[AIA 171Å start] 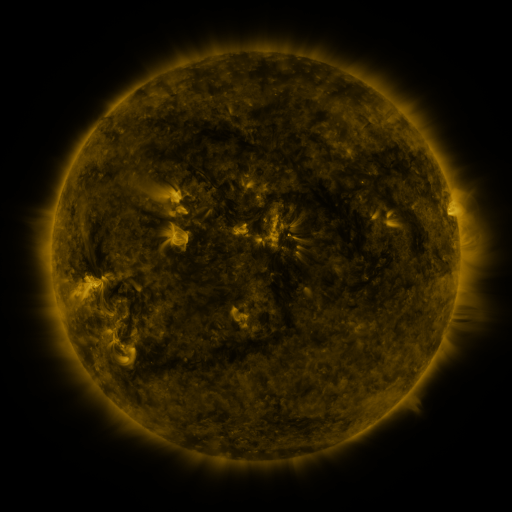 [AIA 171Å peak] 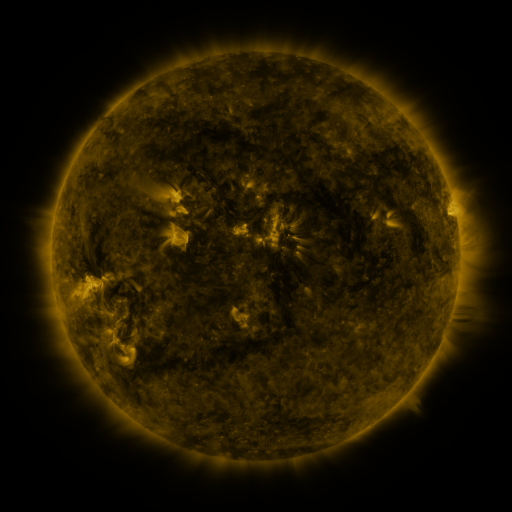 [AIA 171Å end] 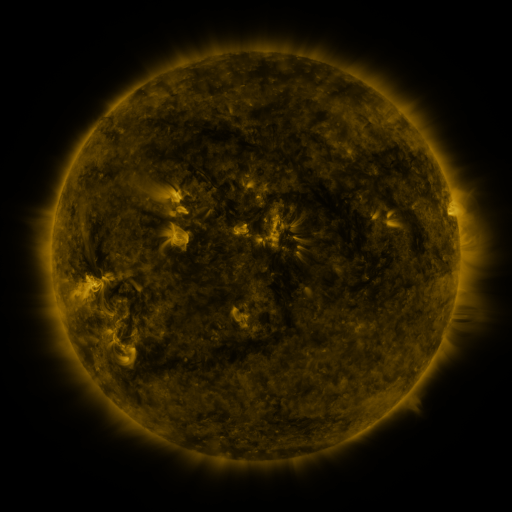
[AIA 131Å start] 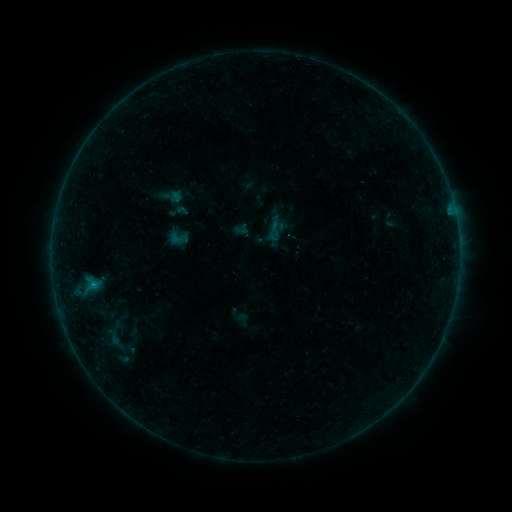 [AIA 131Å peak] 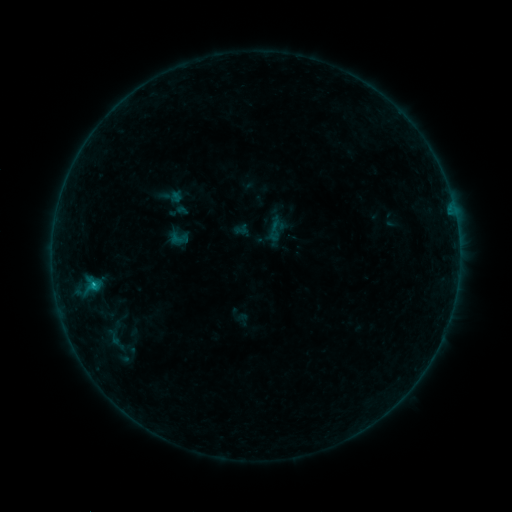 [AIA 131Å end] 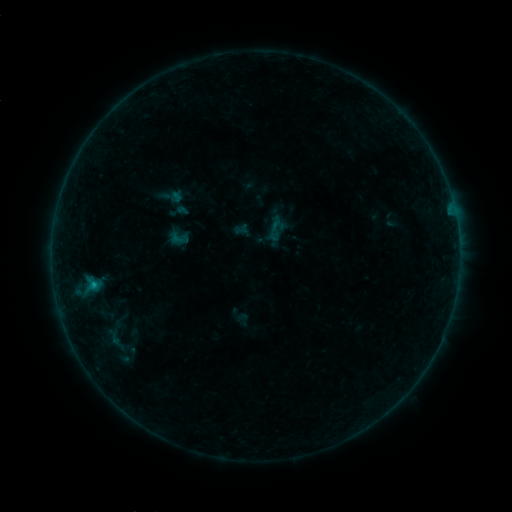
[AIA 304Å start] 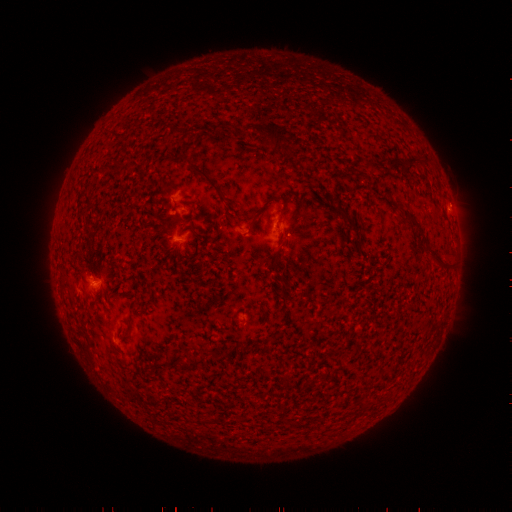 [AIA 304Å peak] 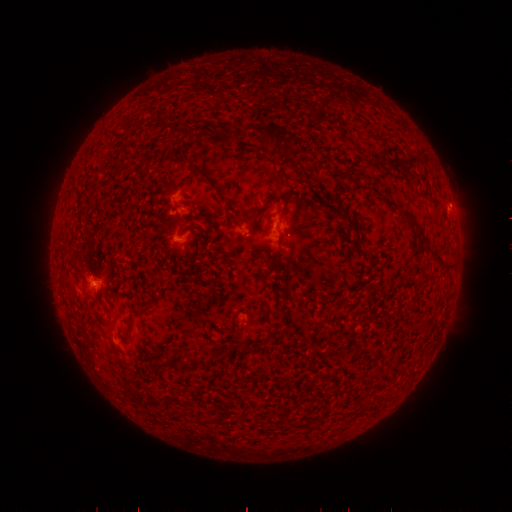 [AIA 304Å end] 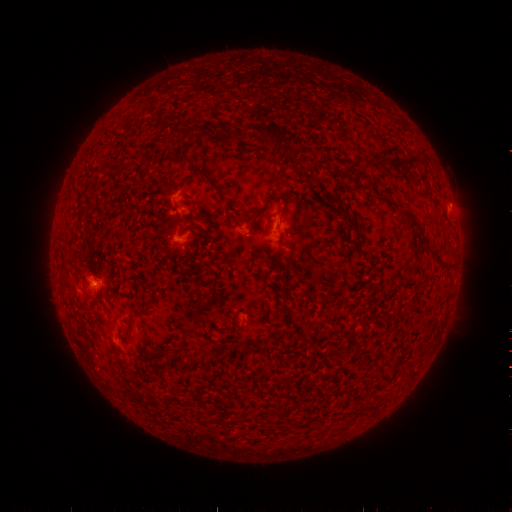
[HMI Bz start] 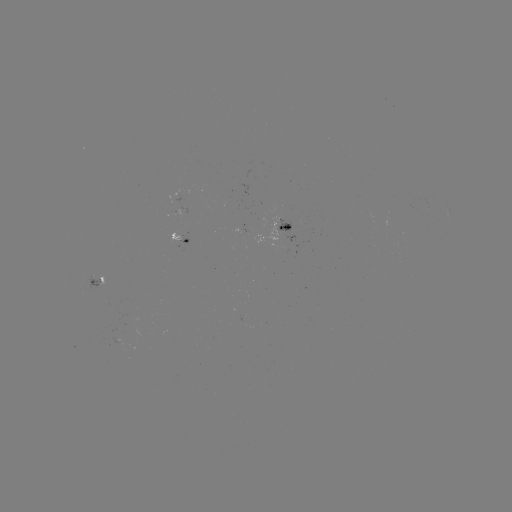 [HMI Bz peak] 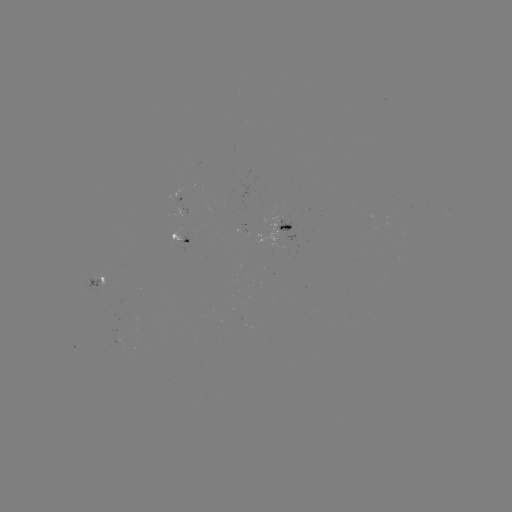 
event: flare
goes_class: B4.4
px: (94, 282)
